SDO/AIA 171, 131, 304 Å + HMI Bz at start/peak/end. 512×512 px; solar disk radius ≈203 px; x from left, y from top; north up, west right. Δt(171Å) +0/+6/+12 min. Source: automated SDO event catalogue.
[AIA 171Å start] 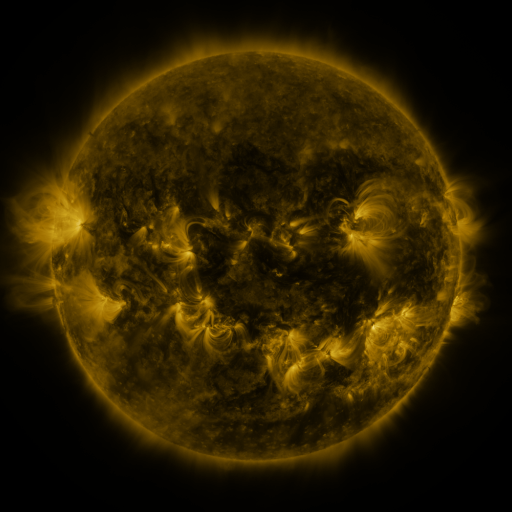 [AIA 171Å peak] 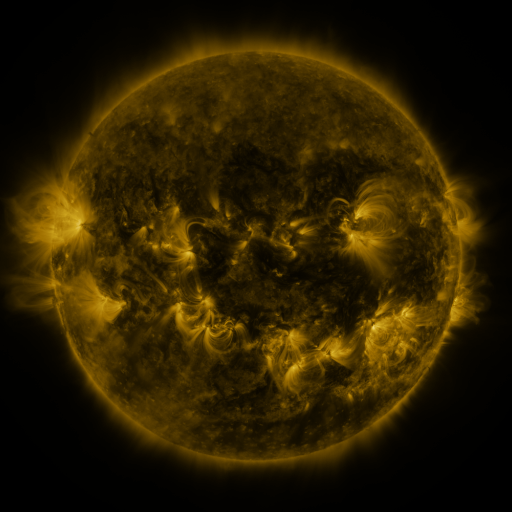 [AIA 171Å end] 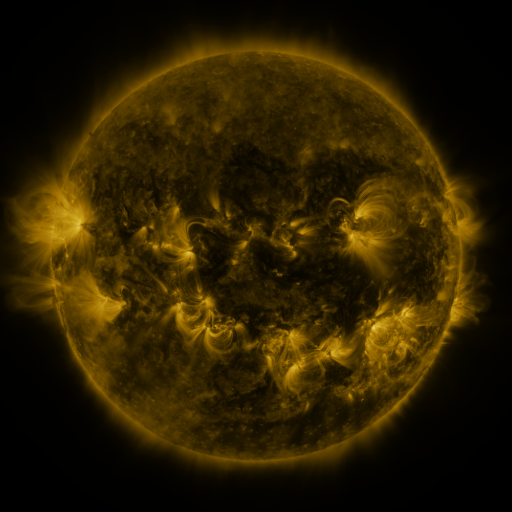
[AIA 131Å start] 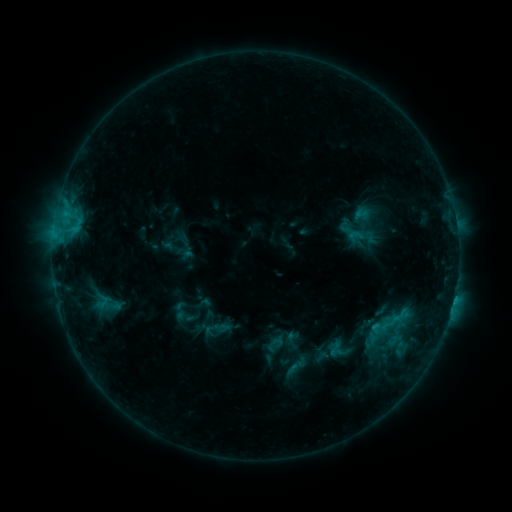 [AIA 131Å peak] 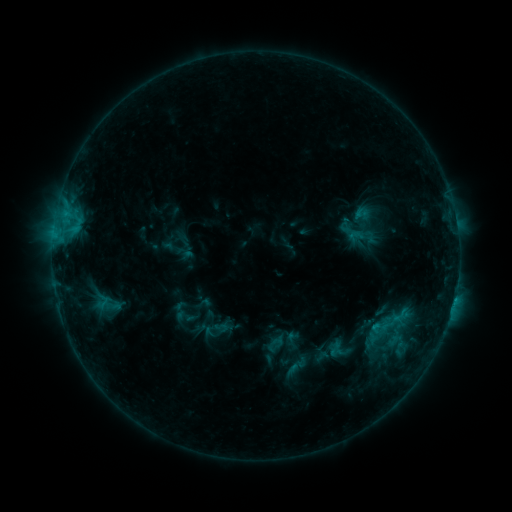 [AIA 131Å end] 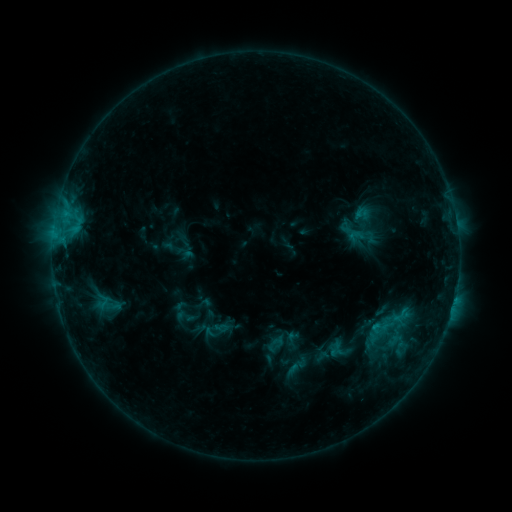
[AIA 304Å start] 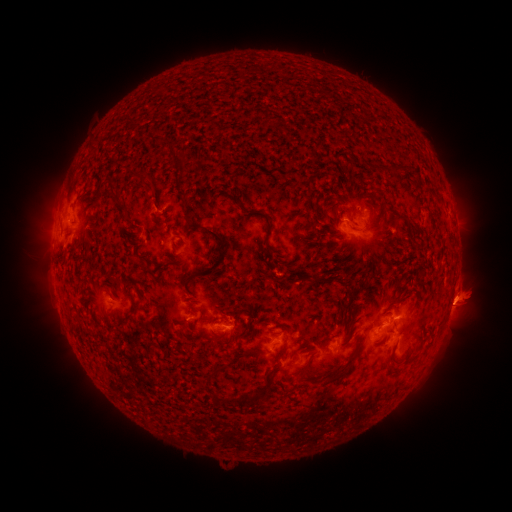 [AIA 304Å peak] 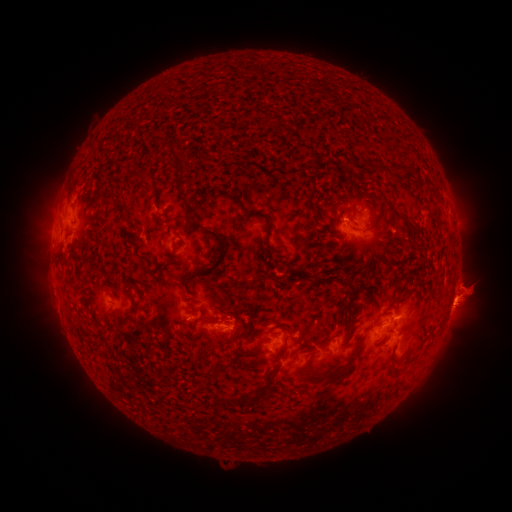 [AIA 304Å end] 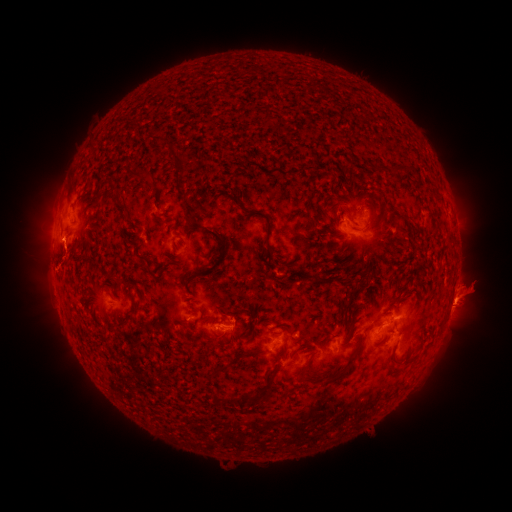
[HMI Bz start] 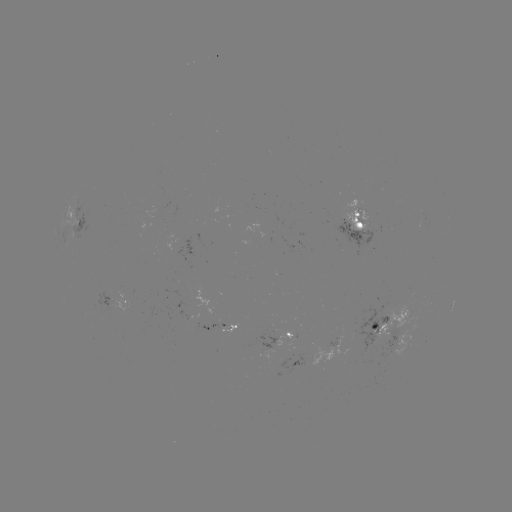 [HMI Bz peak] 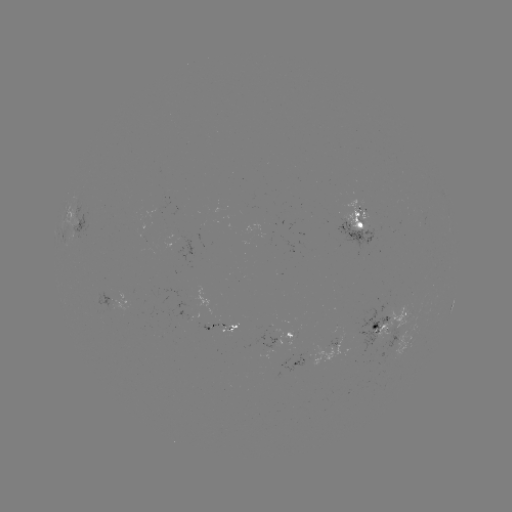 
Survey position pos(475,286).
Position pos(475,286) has eruption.